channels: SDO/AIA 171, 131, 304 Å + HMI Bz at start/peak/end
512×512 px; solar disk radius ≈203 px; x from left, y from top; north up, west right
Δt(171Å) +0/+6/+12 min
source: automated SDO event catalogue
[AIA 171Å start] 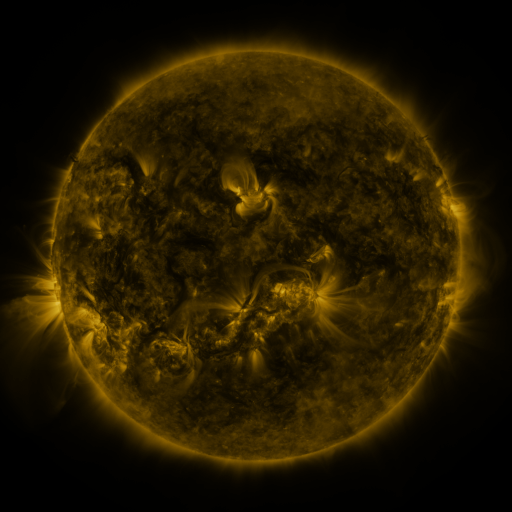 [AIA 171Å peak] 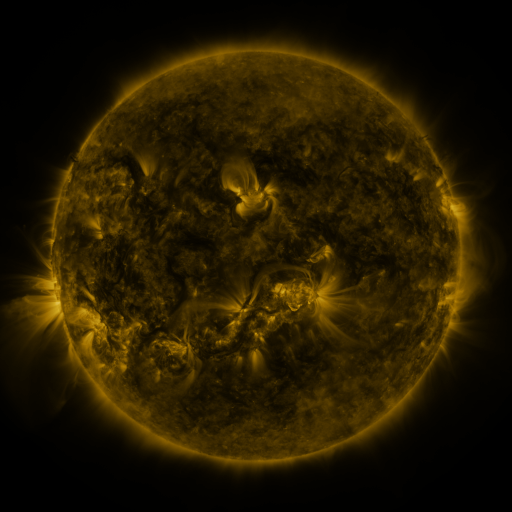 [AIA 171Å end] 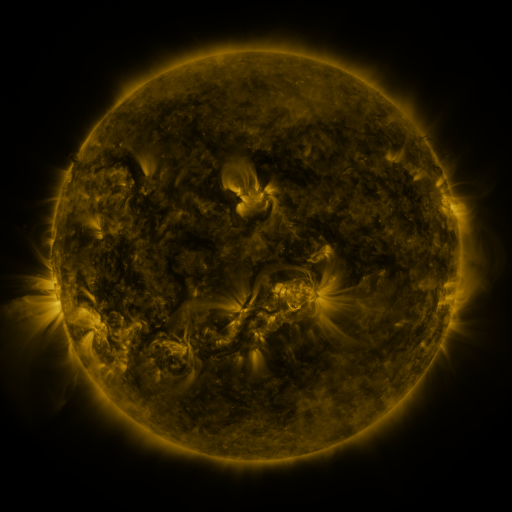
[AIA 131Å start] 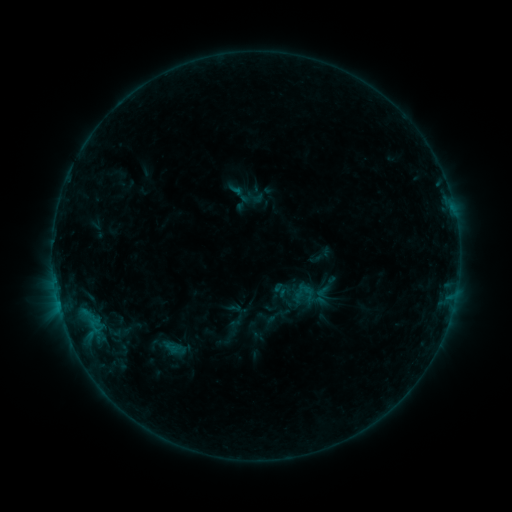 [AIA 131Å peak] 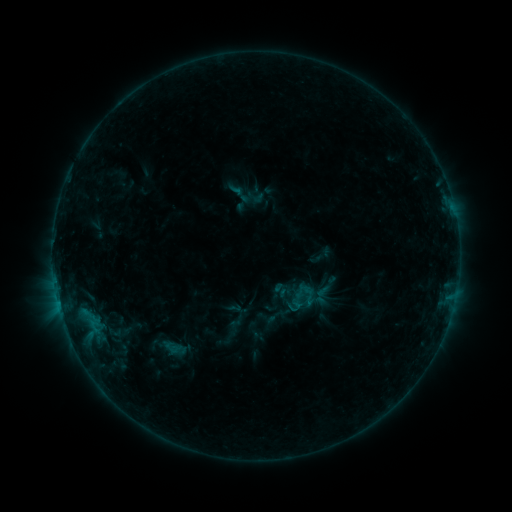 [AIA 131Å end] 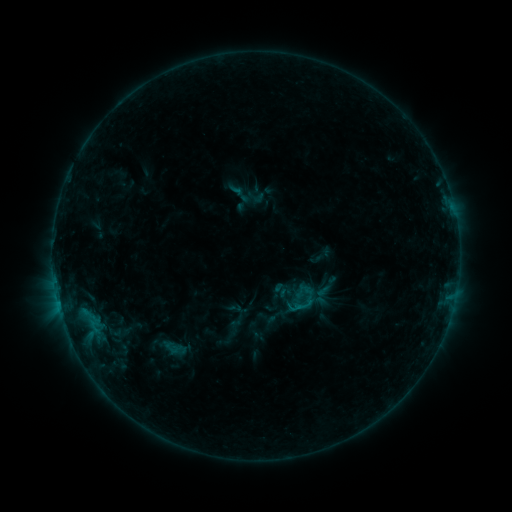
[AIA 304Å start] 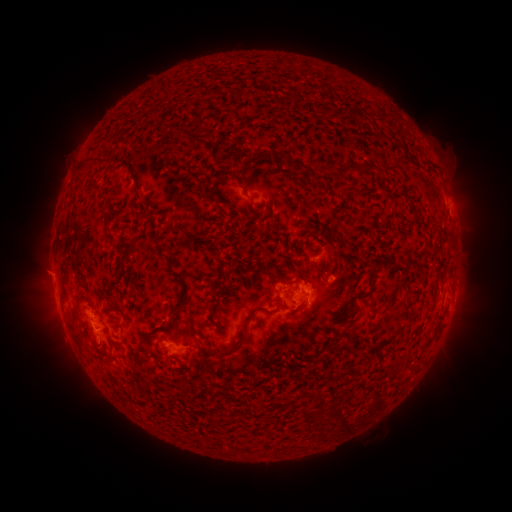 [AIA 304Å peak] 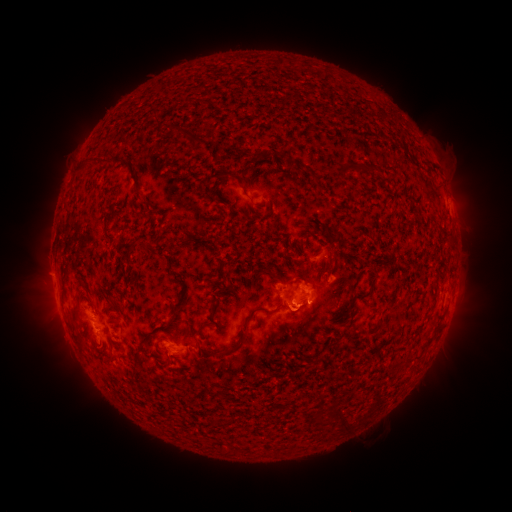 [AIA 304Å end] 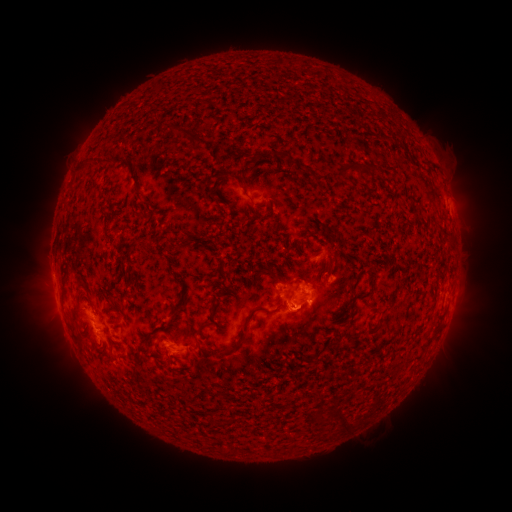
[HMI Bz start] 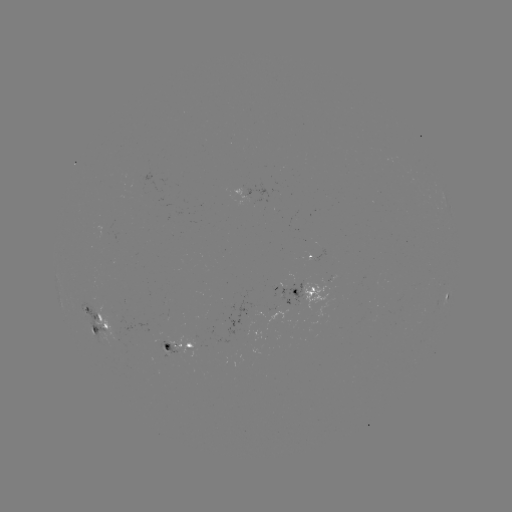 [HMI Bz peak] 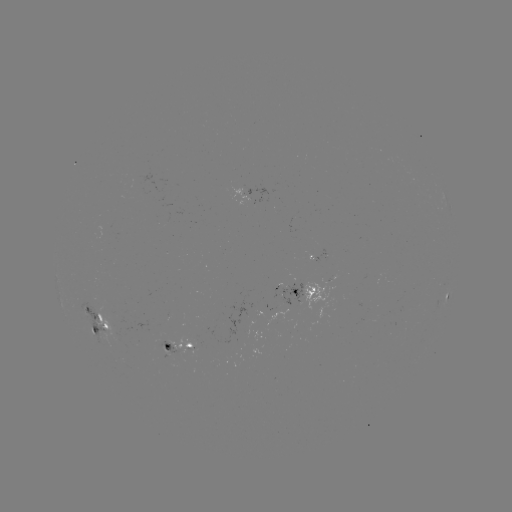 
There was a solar eruption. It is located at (301, 319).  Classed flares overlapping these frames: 1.